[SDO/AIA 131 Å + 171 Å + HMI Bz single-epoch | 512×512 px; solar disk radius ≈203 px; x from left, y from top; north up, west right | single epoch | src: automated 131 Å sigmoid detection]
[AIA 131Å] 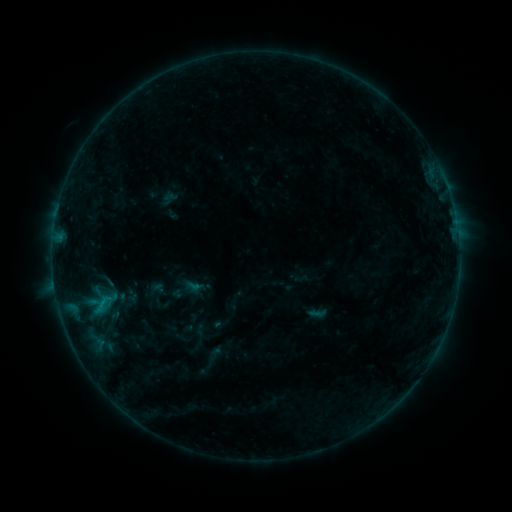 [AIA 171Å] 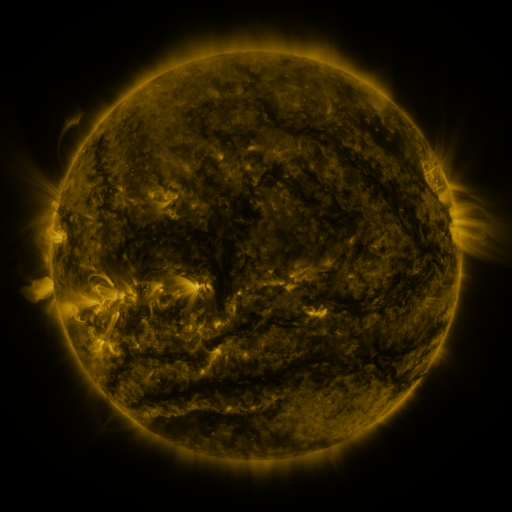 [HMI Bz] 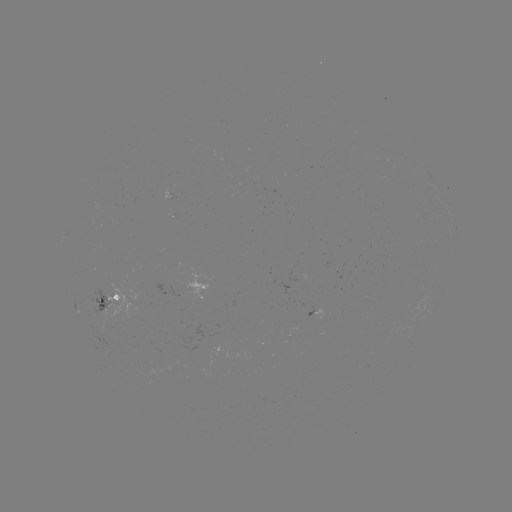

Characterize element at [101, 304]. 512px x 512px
sigmoid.